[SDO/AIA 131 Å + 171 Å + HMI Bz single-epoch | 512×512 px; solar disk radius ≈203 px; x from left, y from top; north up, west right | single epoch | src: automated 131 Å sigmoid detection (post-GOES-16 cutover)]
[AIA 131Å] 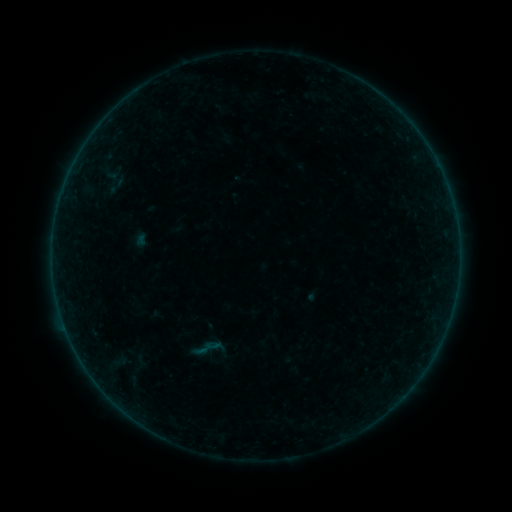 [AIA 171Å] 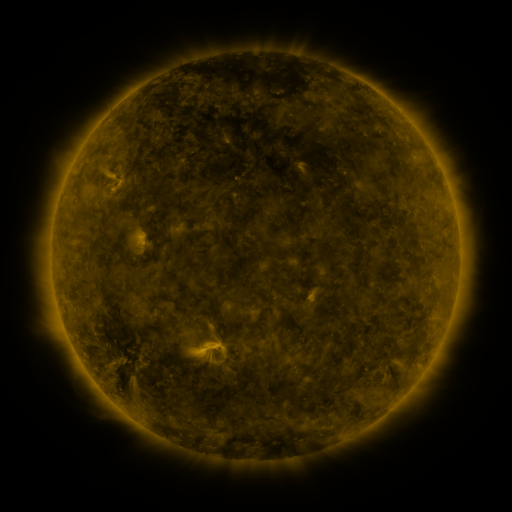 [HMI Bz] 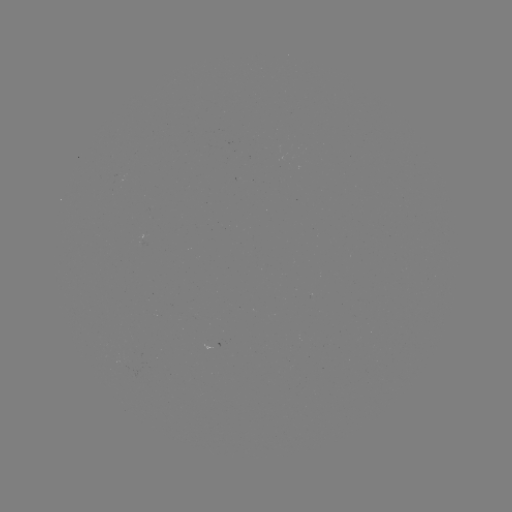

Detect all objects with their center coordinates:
sigmoid: (113, 180)
sigmoid: (208, 348)
